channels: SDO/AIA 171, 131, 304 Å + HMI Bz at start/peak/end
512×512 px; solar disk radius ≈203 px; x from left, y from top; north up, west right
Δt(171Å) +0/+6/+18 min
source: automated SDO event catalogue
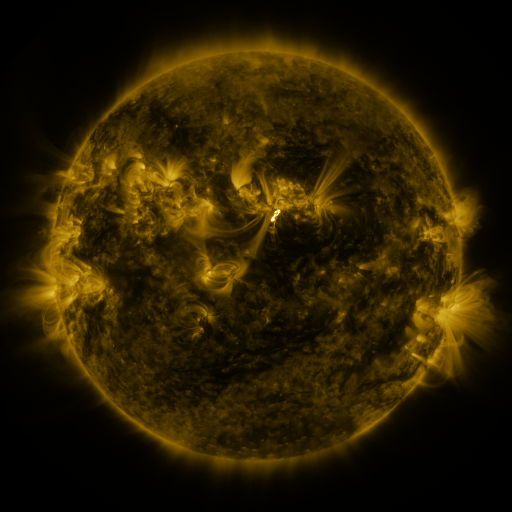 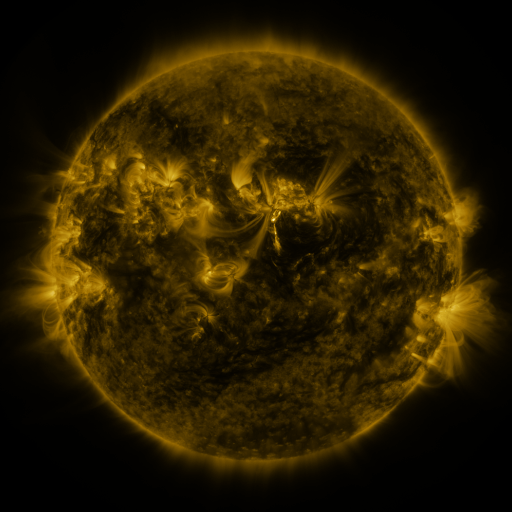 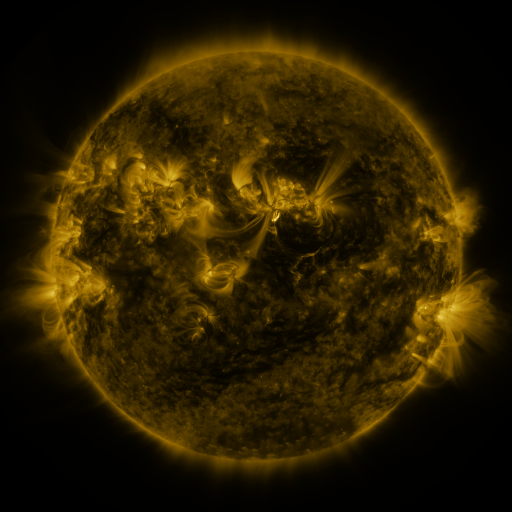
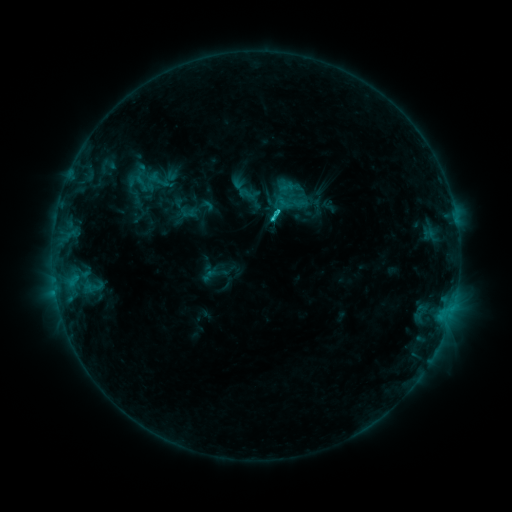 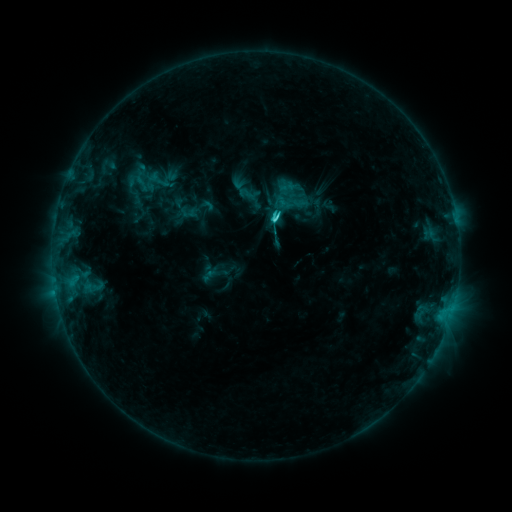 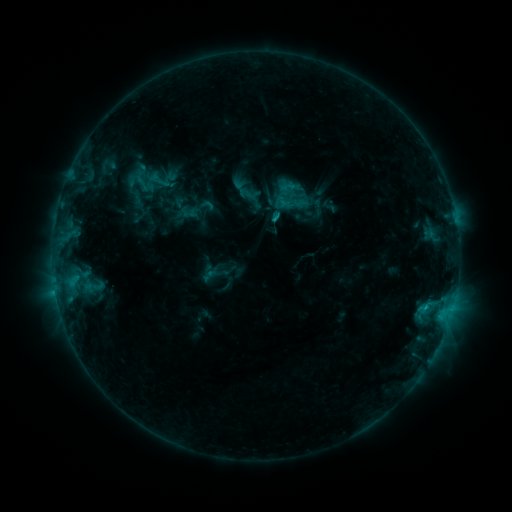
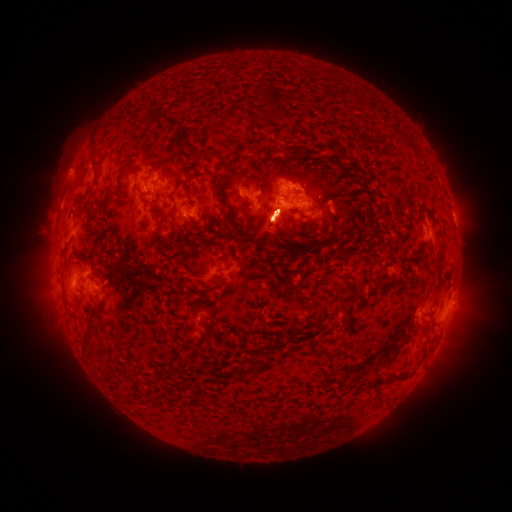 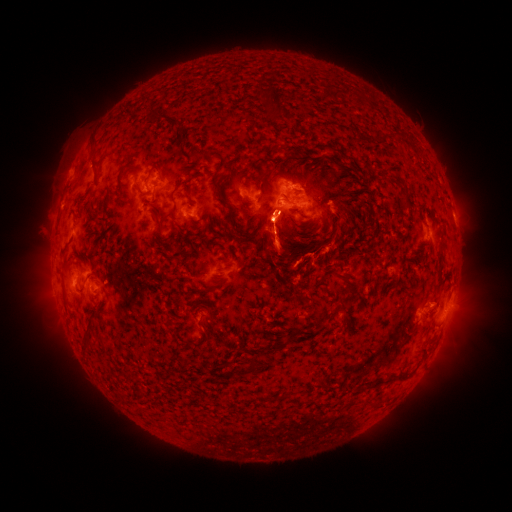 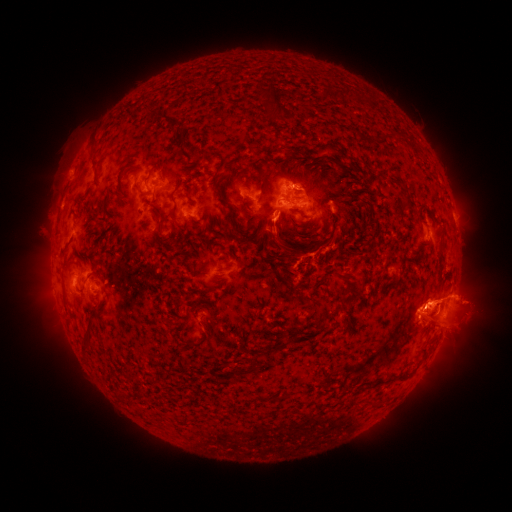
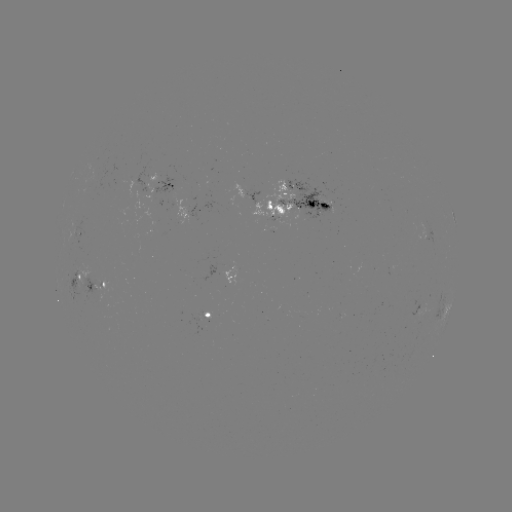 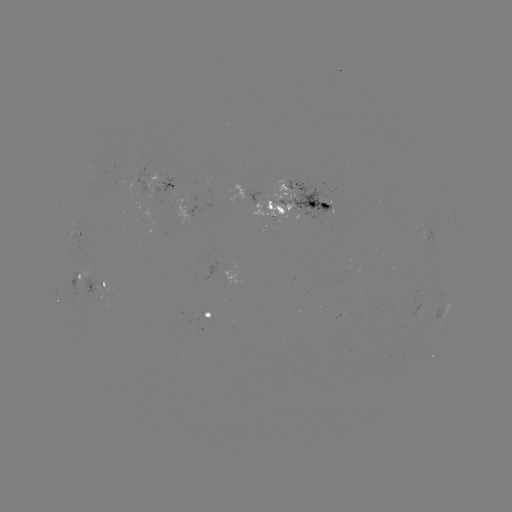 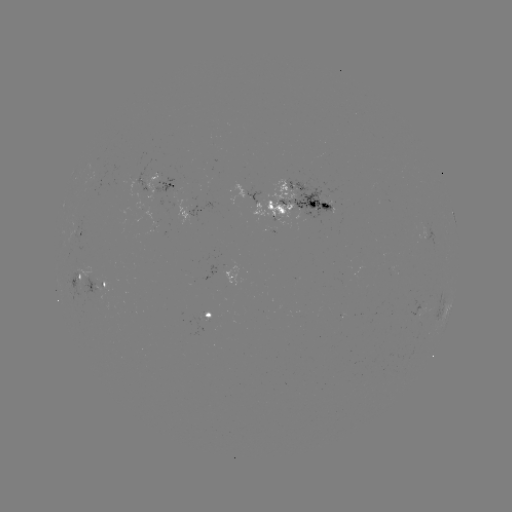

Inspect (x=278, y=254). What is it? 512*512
eruption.